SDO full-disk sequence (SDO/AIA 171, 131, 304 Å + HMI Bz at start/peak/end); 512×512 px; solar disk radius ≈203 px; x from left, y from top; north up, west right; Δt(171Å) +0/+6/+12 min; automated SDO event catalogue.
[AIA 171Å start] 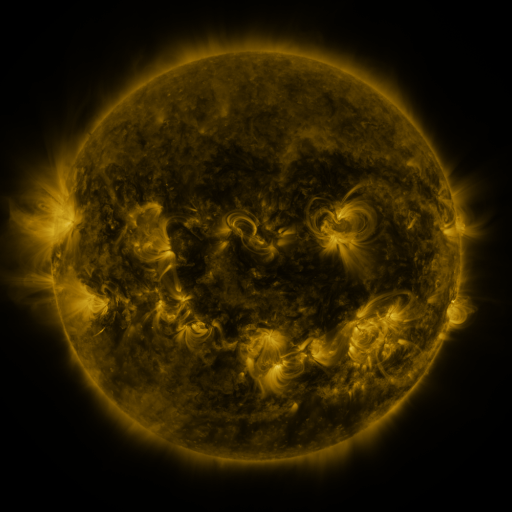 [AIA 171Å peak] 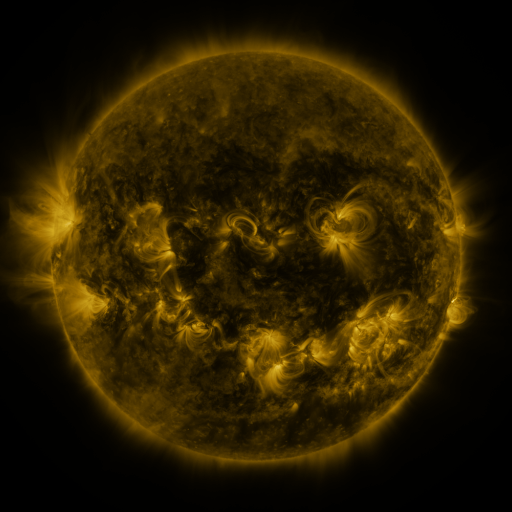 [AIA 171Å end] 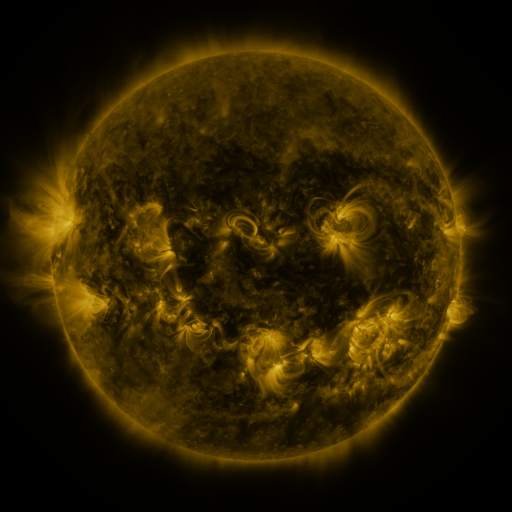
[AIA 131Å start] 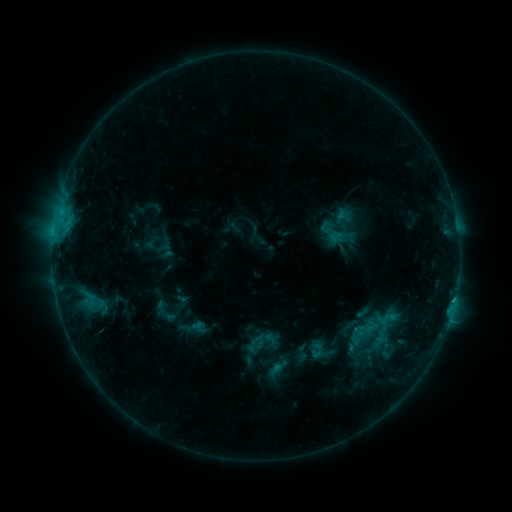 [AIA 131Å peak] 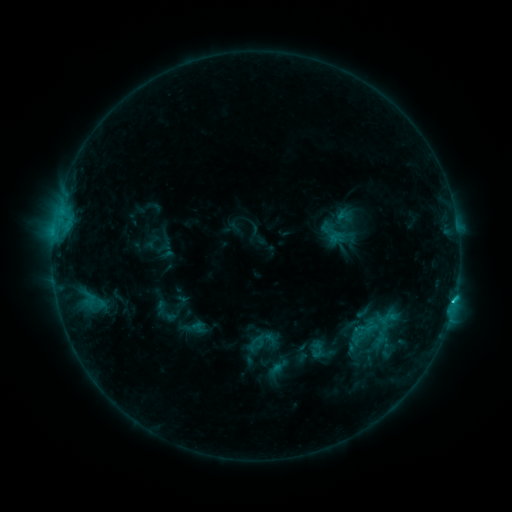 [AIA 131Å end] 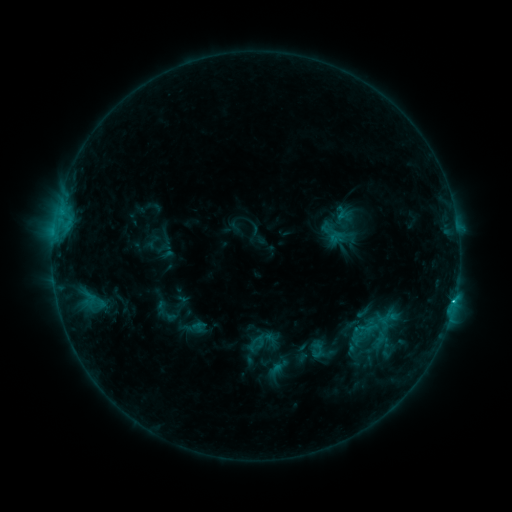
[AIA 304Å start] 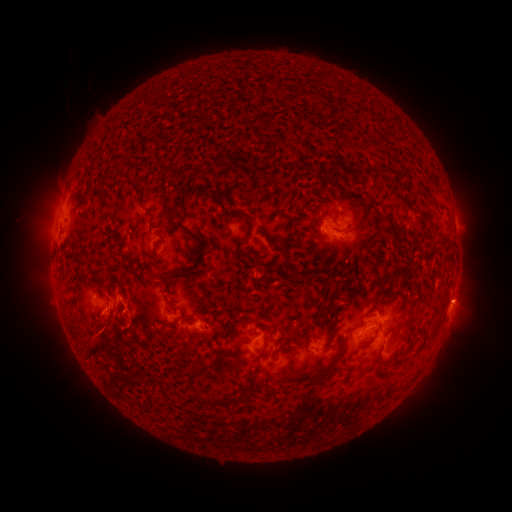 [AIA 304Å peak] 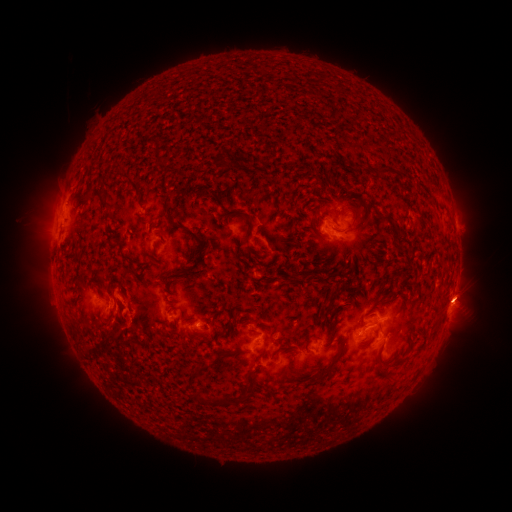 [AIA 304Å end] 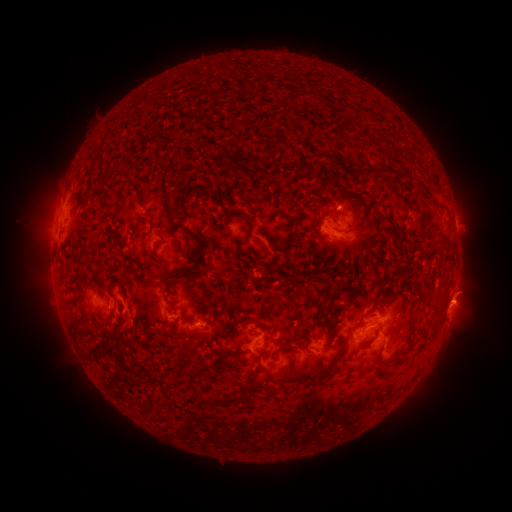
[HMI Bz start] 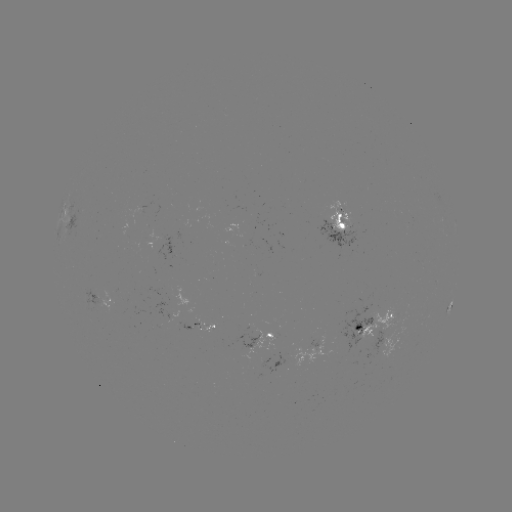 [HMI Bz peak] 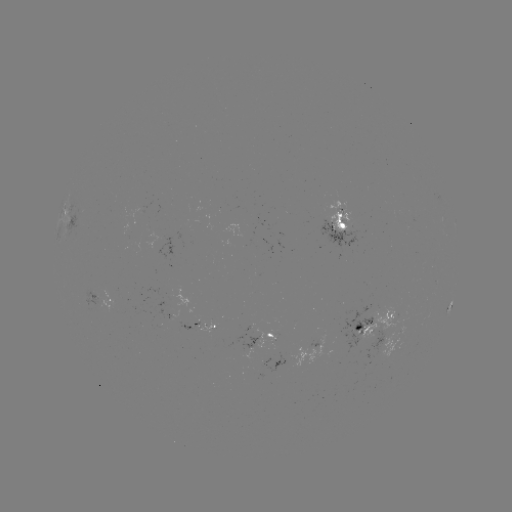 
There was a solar flare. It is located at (453, 300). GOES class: C2.3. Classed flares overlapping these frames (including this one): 1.